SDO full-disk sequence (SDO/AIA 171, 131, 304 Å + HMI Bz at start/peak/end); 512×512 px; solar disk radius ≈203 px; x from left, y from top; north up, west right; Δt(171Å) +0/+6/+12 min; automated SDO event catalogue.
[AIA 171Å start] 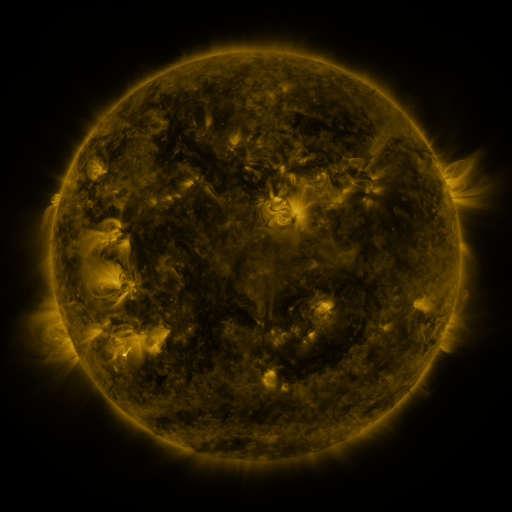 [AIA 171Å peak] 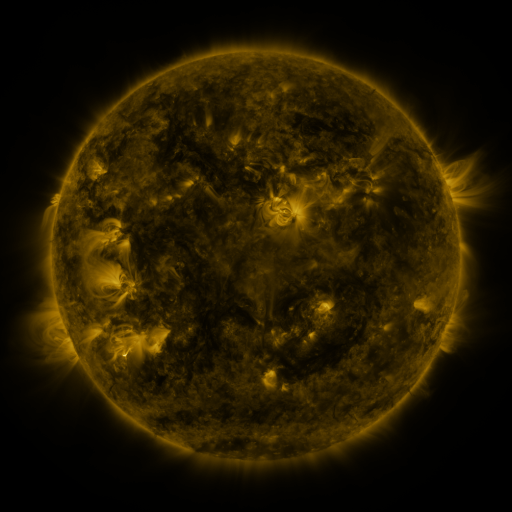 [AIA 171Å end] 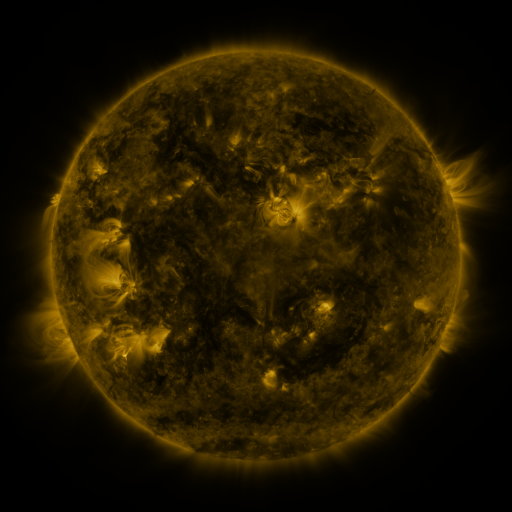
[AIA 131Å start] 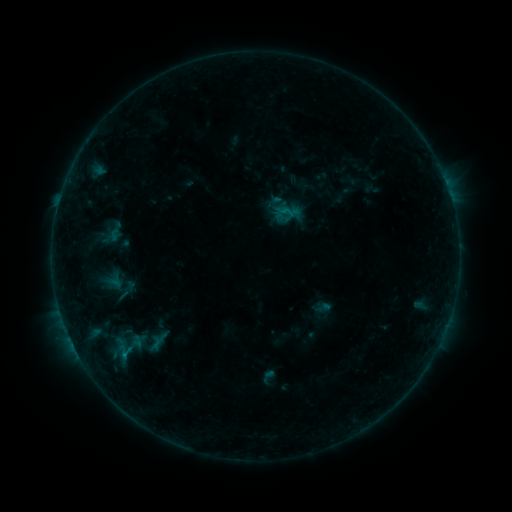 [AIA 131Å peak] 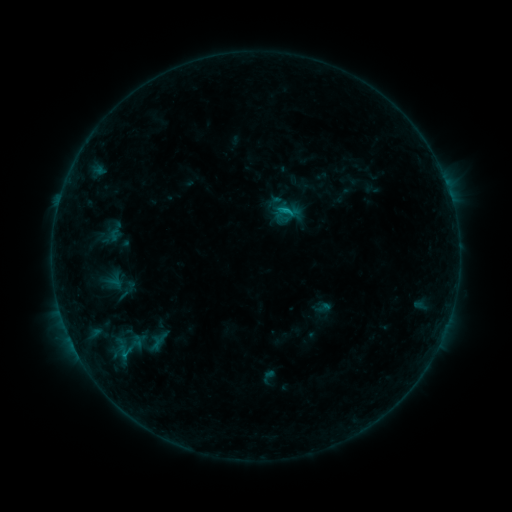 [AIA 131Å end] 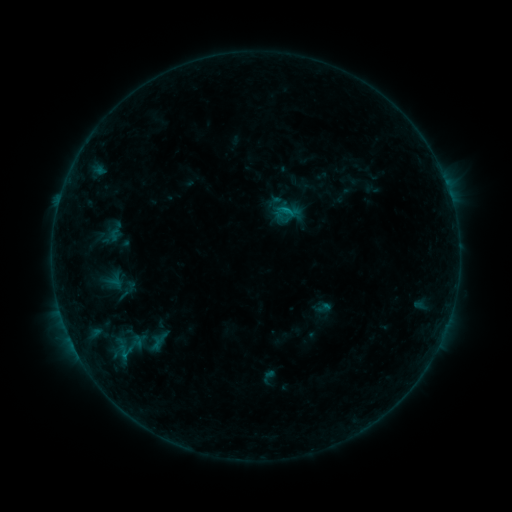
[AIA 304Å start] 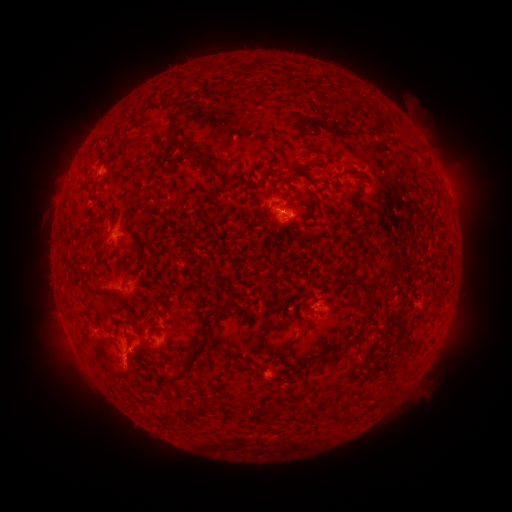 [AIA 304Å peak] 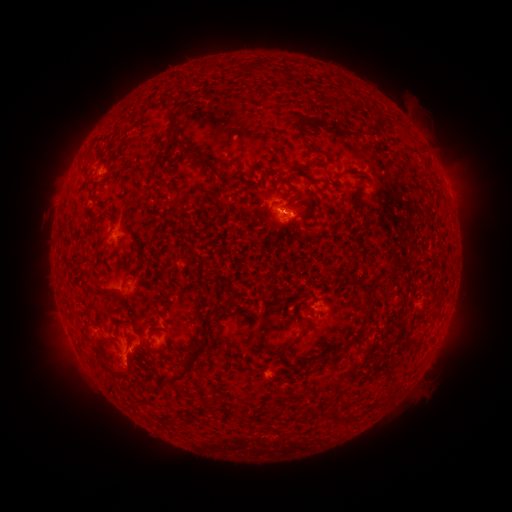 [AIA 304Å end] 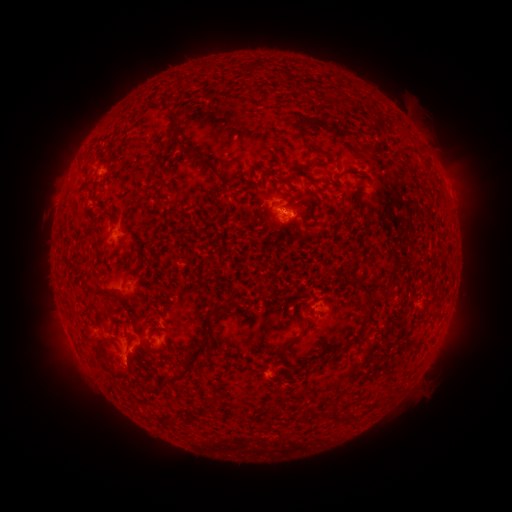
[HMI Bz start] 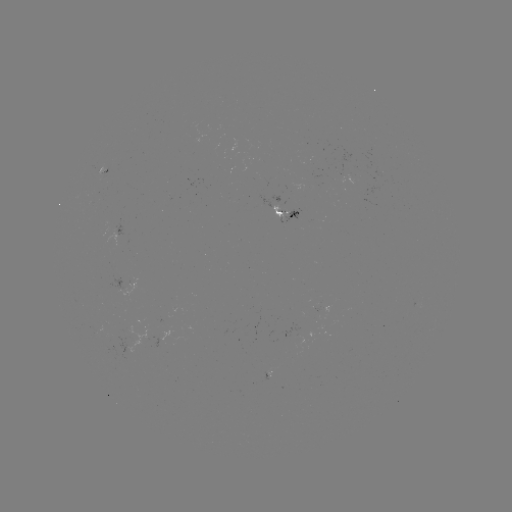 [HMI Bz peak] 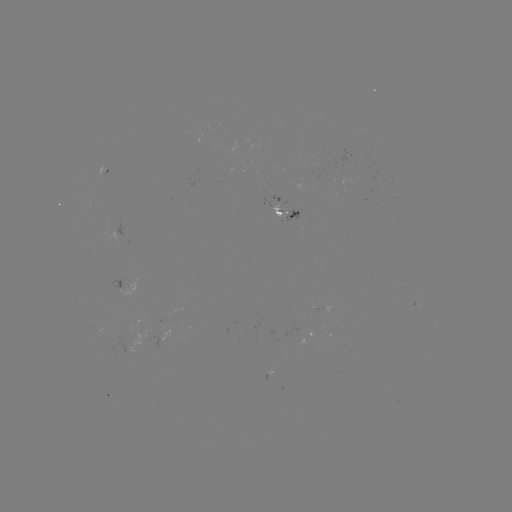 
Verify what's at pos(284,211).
B5.6 flare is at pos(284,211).